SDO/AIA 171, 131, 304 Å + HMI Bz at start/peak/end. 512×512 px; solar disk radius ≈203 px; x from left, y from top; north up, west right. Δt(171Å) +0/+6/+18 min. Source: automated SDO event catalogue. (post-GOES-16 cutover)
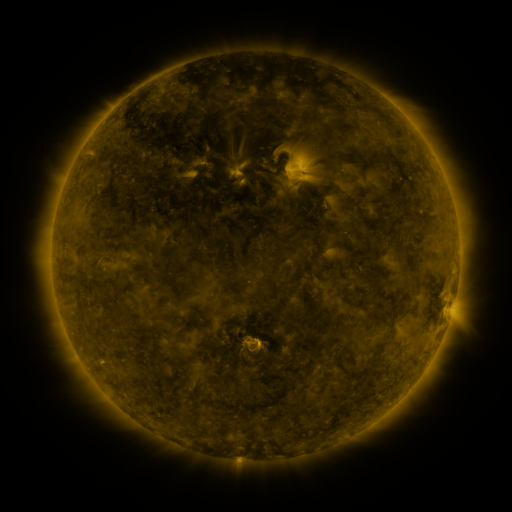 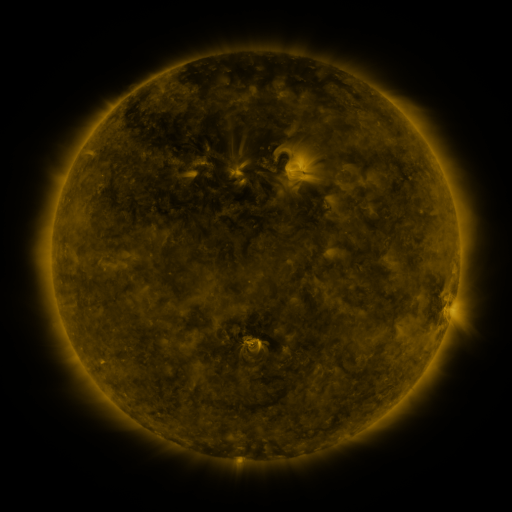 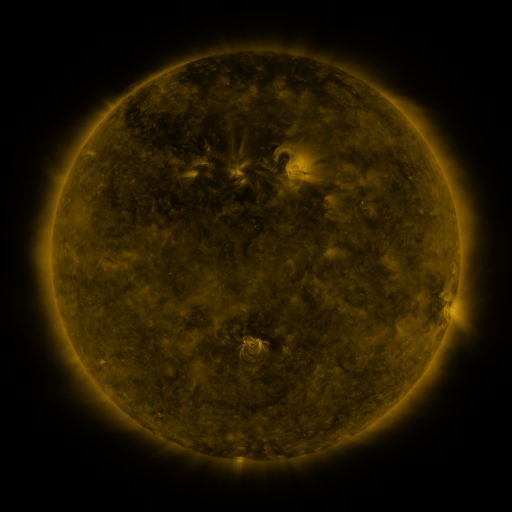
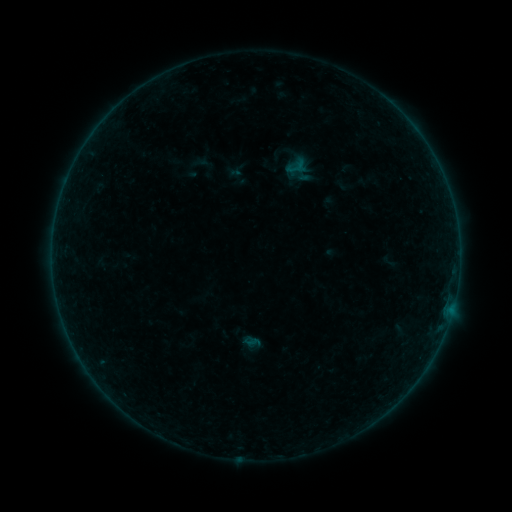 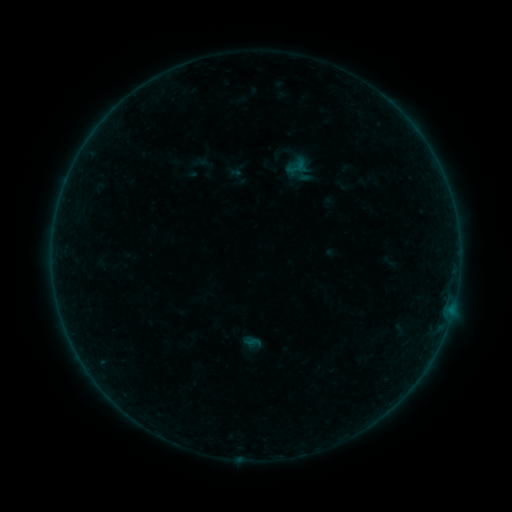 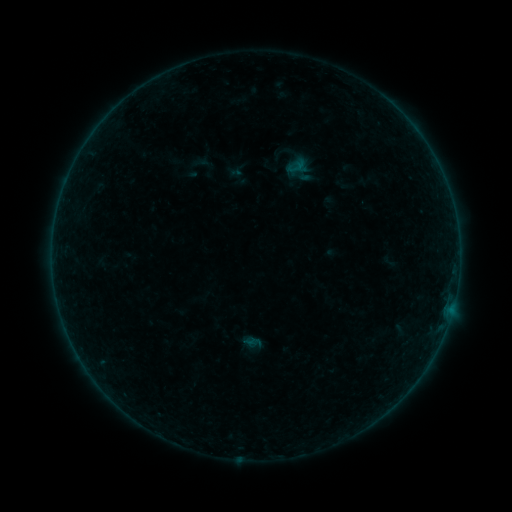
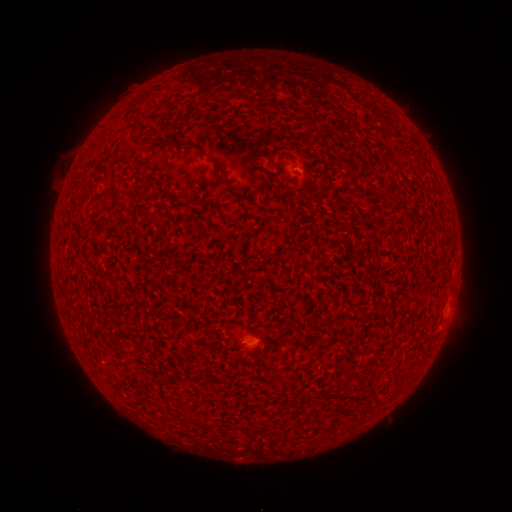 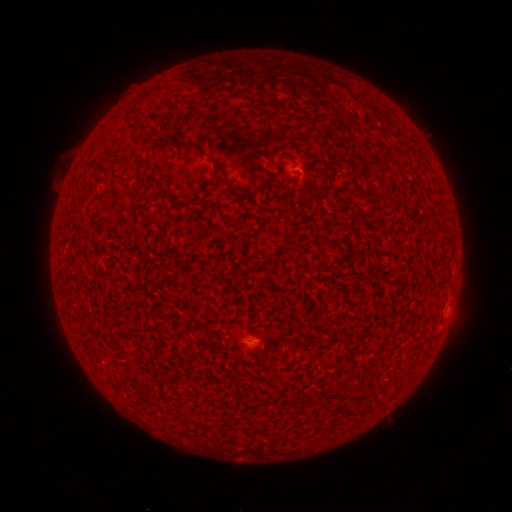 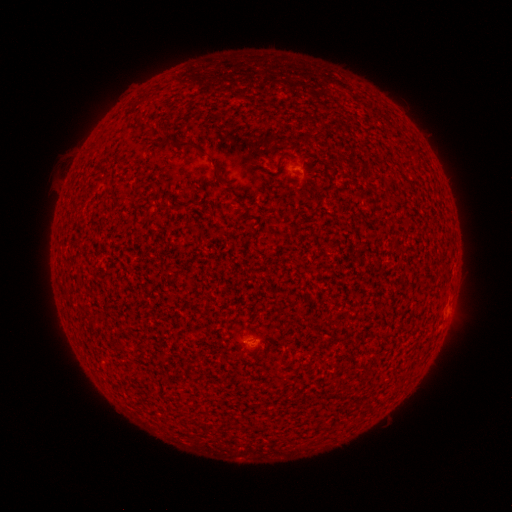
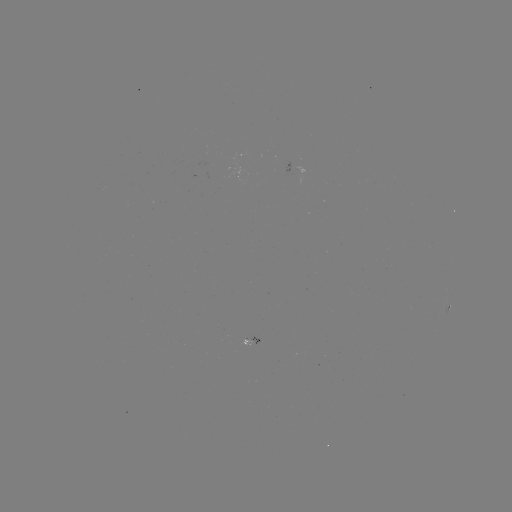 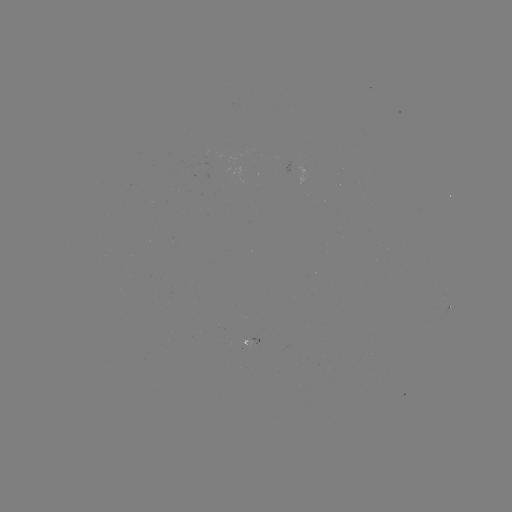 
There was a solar flare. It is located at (256, 335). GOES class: A2.0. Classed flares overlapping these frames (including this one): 2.